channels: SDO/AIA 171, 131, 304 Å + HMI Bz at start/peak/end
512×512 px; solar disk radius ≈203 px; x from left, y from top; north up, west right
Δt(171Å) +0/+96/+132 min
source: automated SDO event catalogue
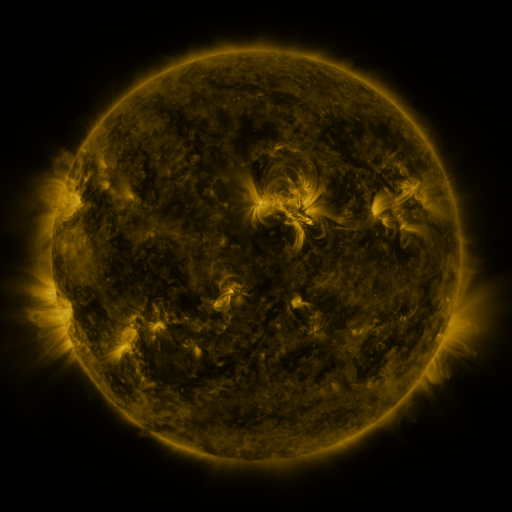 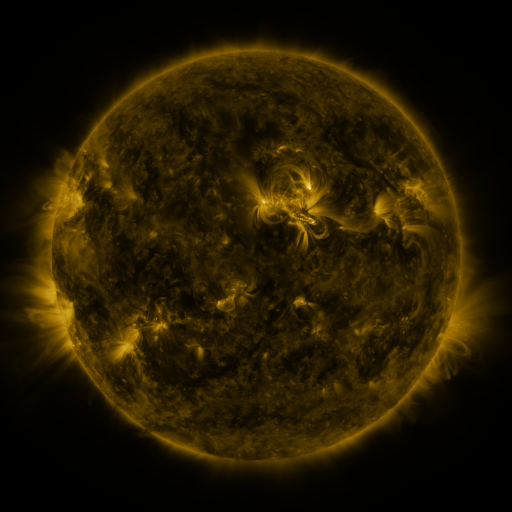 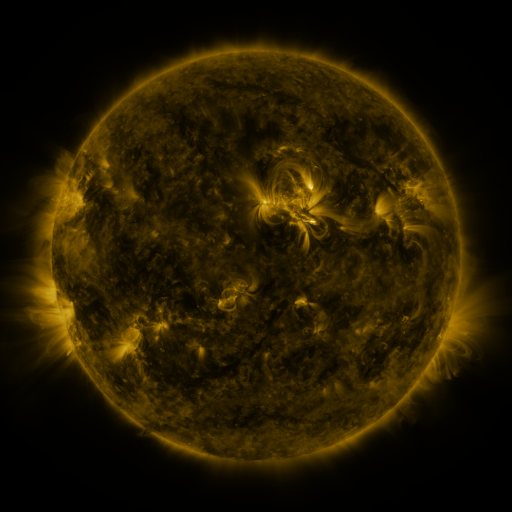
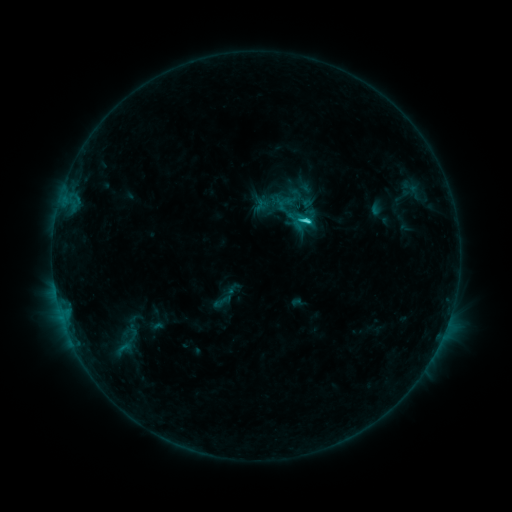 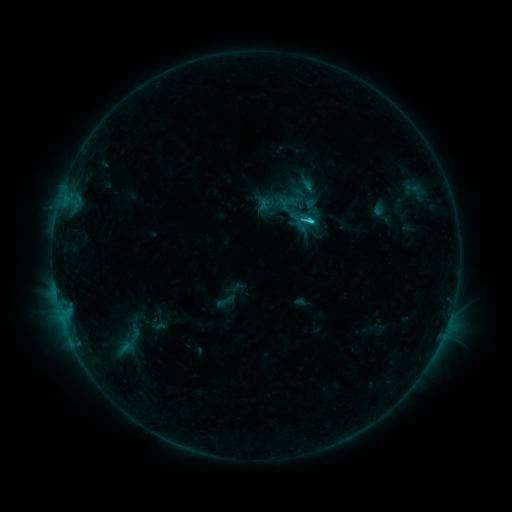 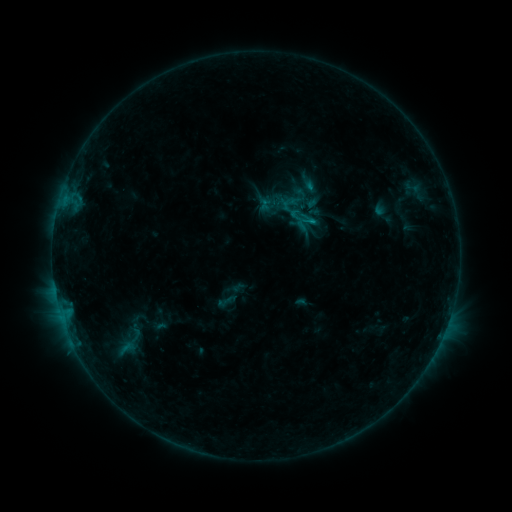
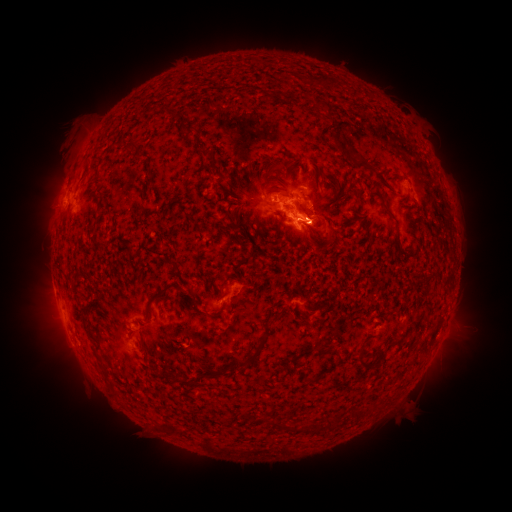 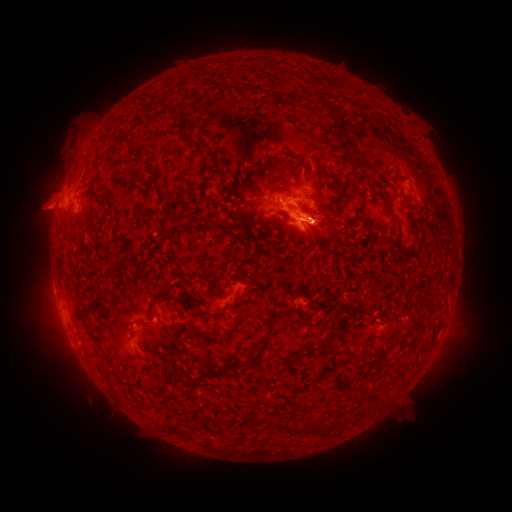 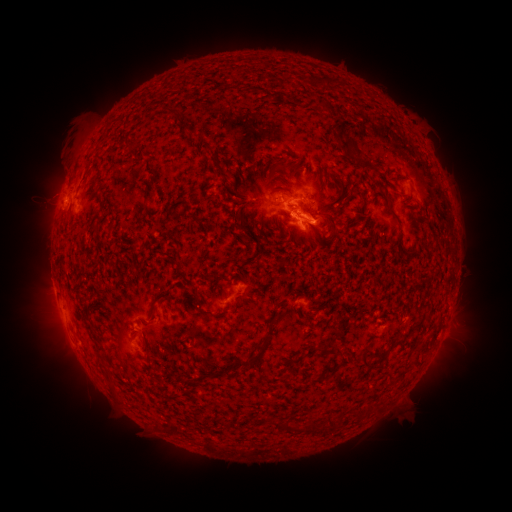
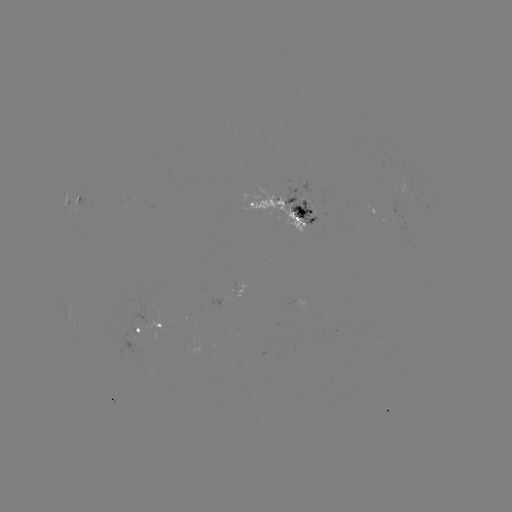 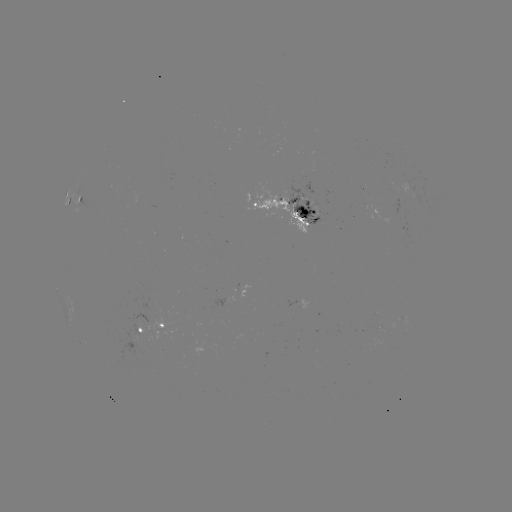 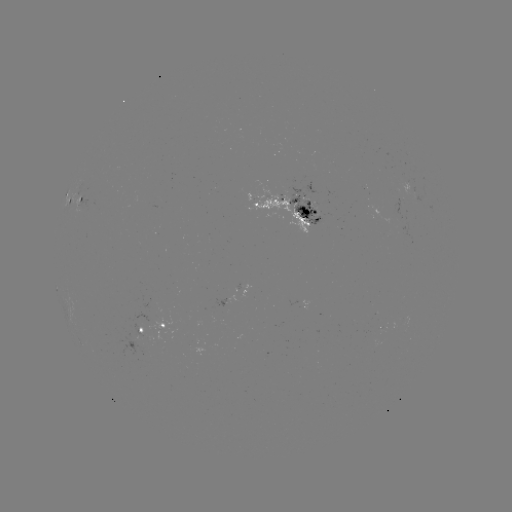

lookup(emerging-flux region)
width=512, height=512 153,316